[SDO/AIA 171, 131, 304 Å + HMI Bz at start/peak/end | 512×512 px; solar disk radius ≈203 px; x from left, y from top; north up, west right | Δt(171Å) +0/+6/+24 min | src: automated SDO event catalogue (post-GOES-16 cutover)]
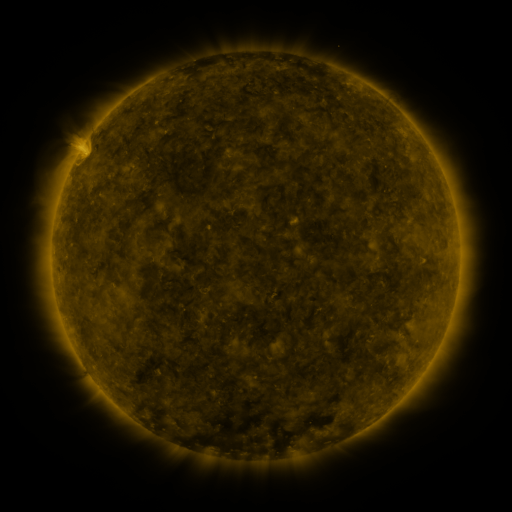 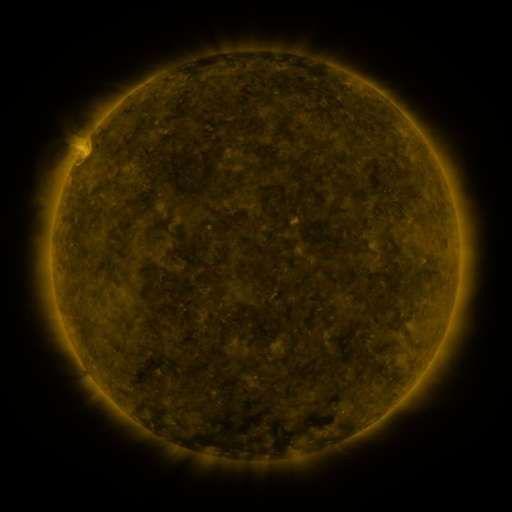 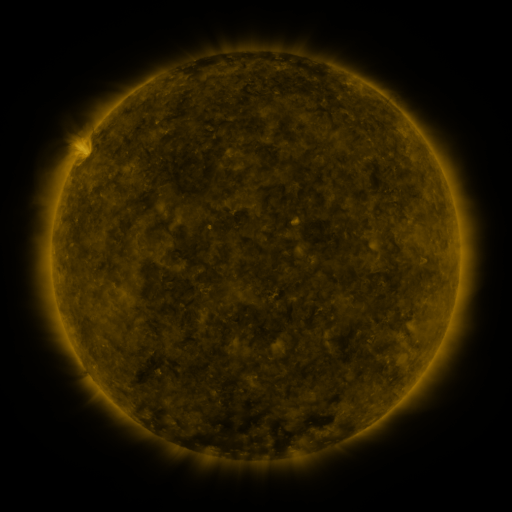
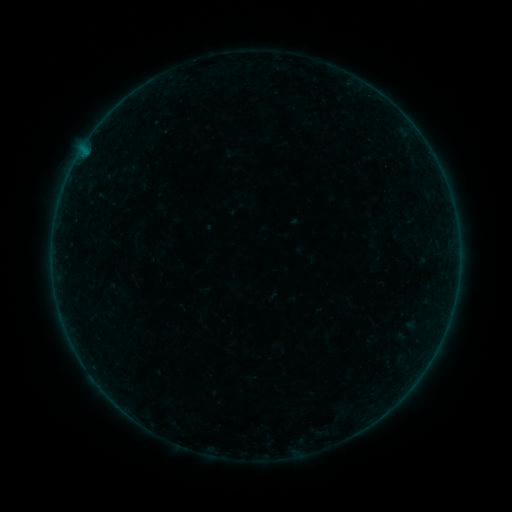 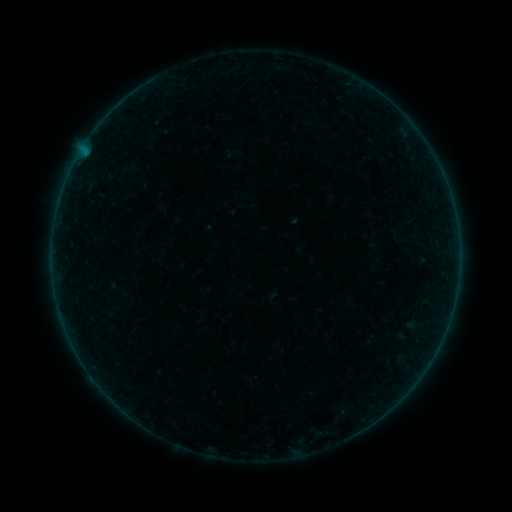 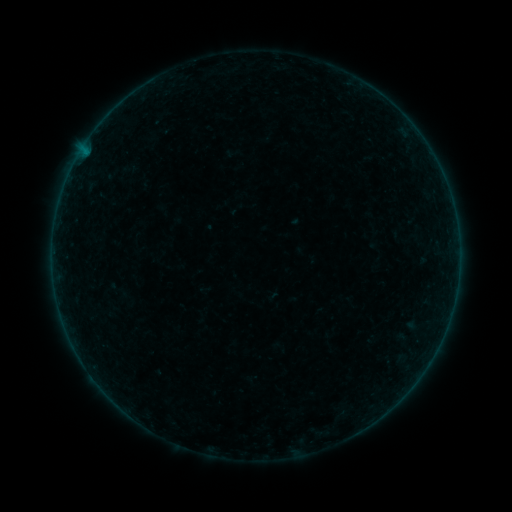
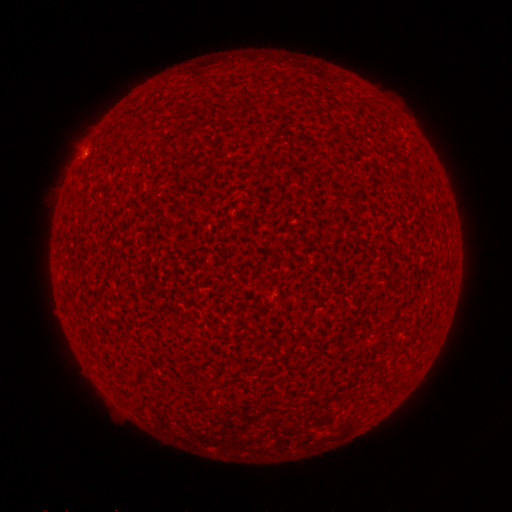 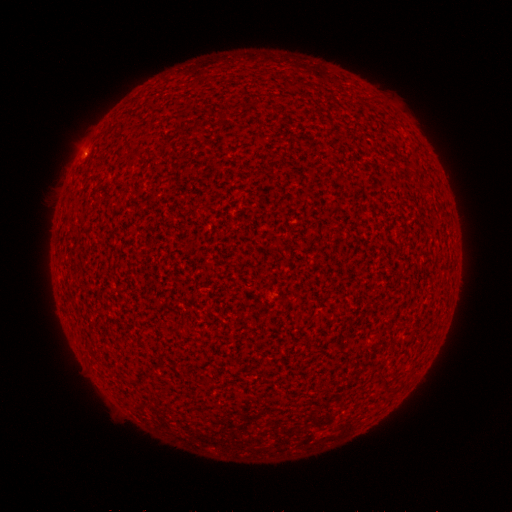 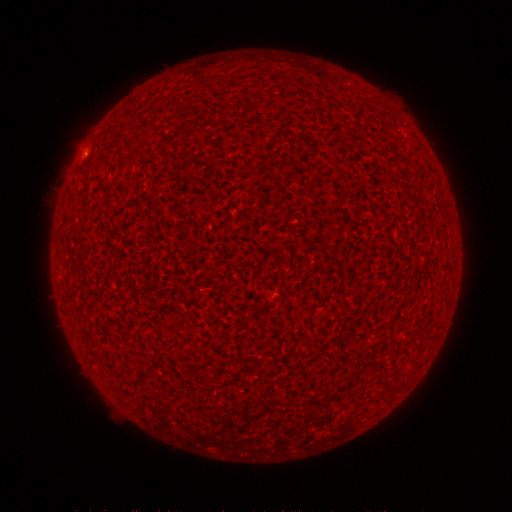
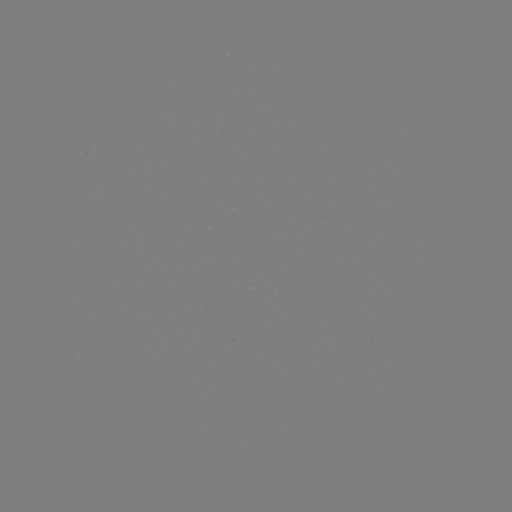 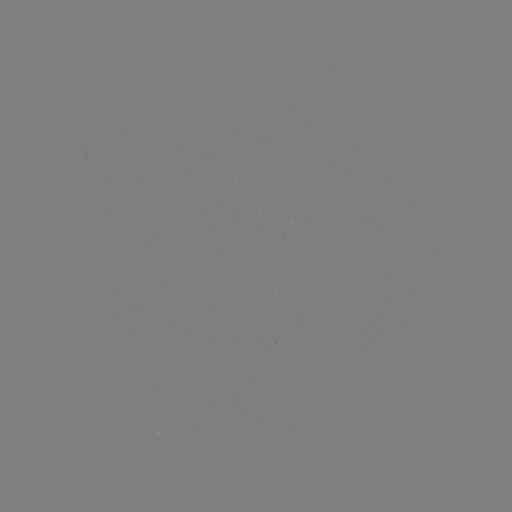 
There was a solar flare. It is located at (85, 157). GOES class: A3.9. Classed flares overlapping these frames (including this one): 1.